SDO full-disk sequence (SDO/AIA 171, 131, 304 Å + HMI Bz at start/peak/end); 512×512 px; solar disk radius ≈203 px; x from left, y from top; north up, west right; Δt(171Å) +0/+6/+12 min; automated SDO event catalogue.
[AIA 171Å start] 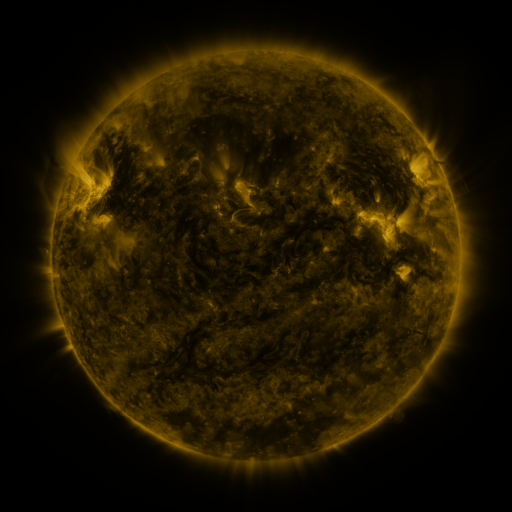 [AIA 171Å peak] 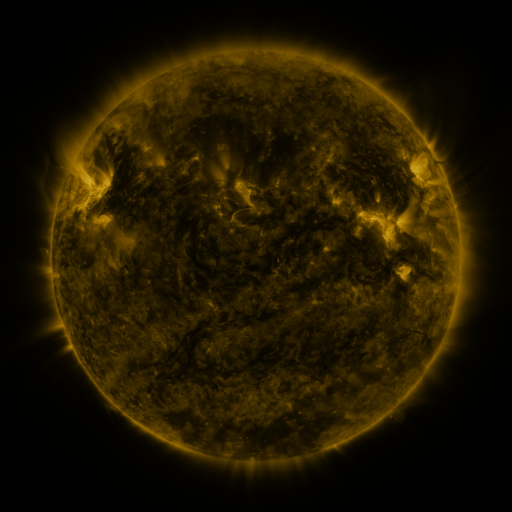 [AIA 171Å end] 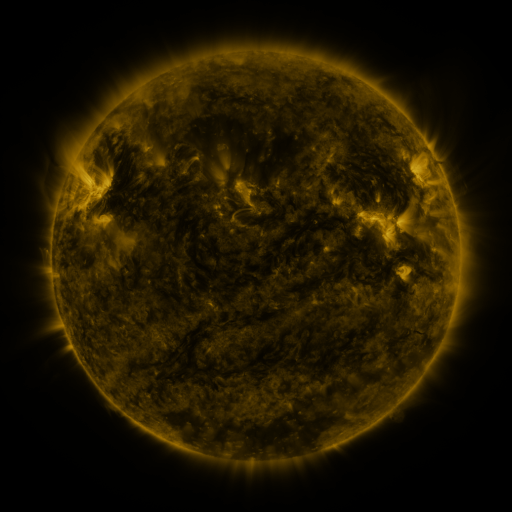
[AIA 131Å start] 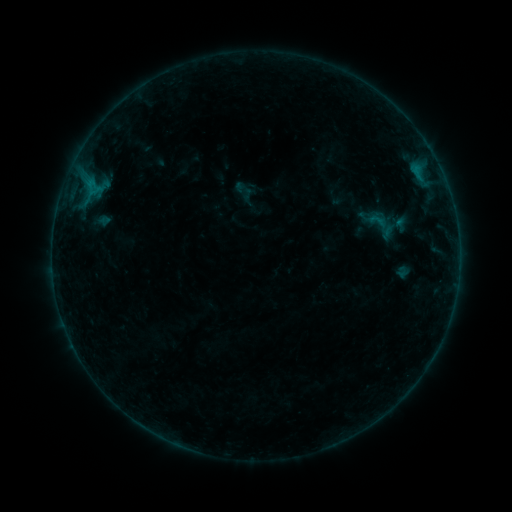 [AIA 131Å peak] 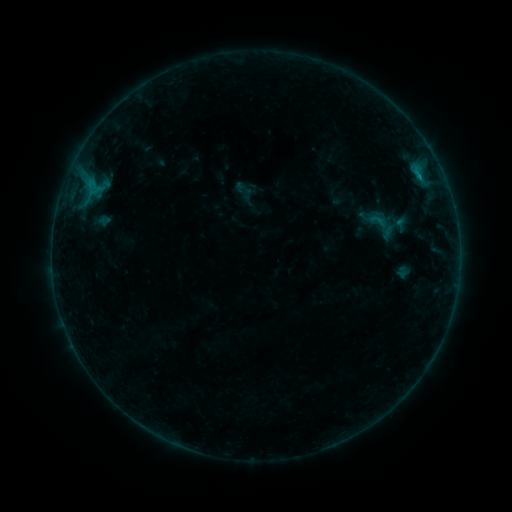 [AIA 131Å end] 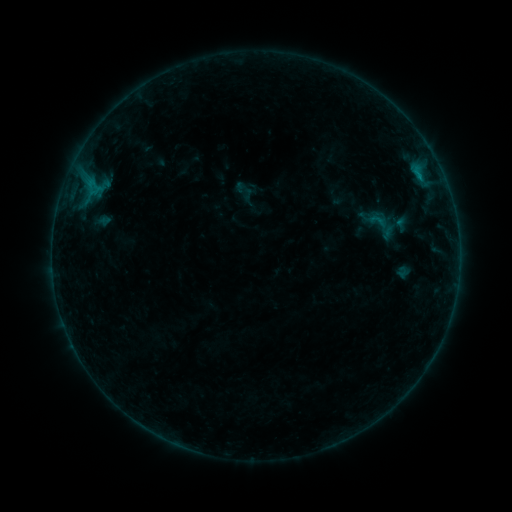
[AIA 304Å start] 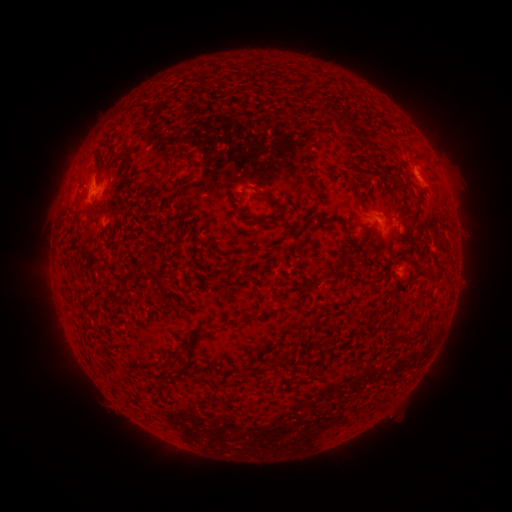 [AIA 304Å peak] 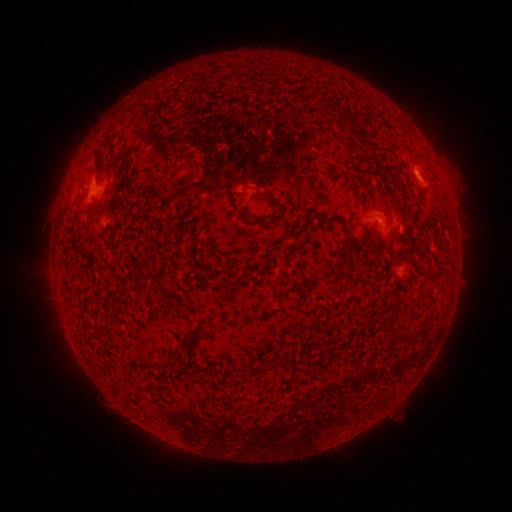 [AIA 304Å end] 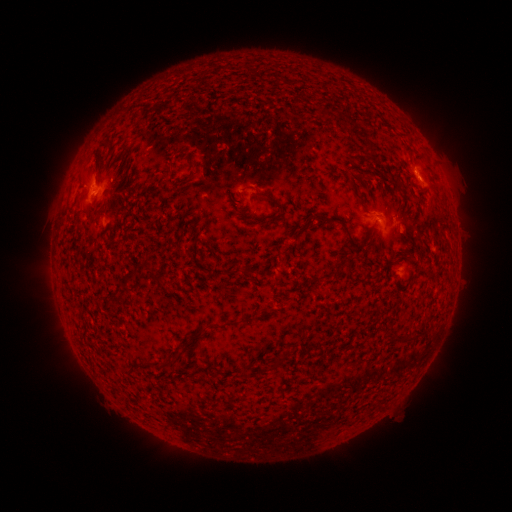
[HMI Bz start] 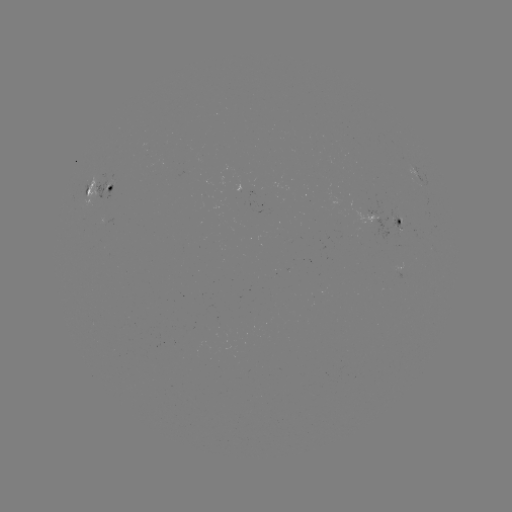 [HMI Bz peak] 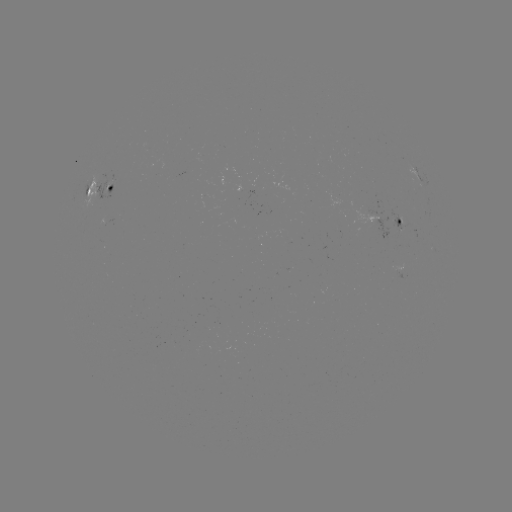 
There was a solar flare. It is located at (419, 177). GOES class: B3.4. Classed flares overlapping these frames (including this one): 1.